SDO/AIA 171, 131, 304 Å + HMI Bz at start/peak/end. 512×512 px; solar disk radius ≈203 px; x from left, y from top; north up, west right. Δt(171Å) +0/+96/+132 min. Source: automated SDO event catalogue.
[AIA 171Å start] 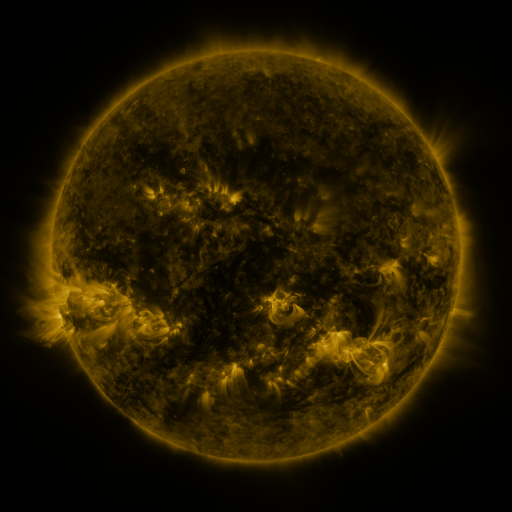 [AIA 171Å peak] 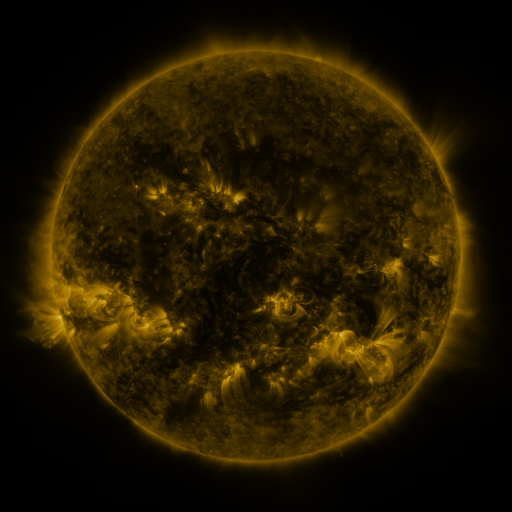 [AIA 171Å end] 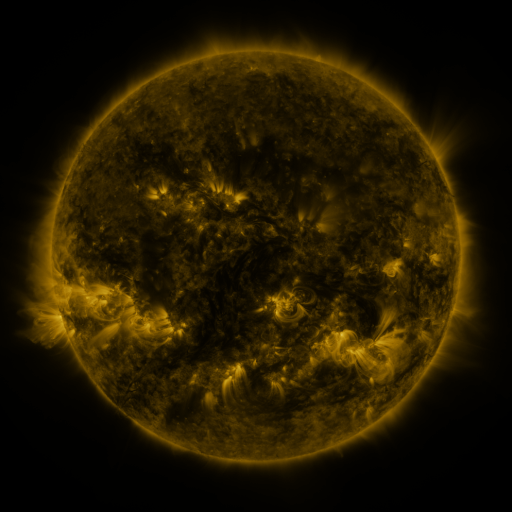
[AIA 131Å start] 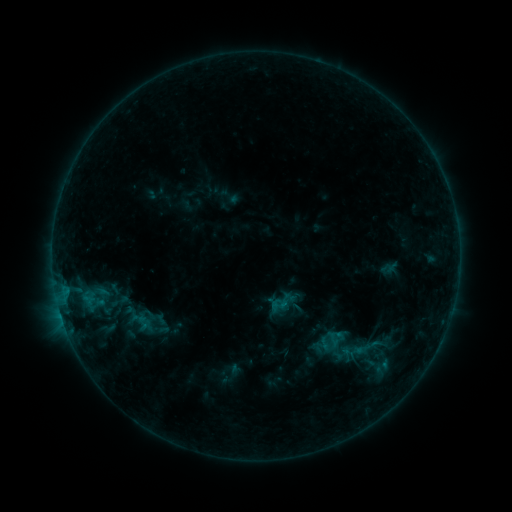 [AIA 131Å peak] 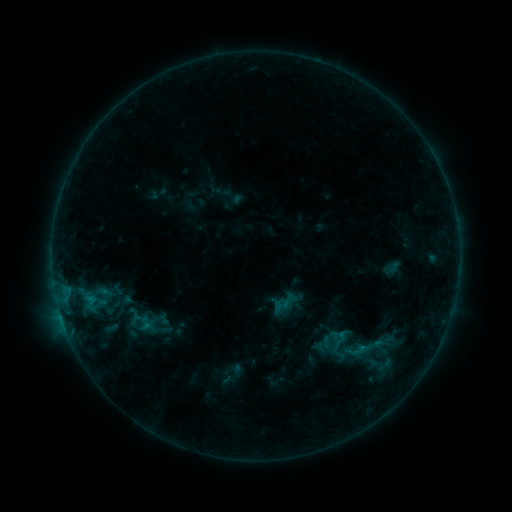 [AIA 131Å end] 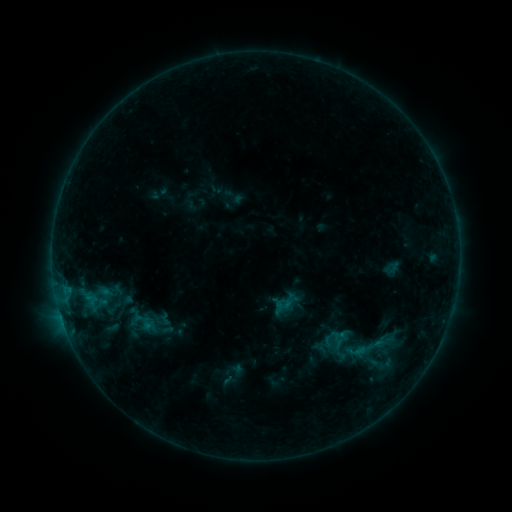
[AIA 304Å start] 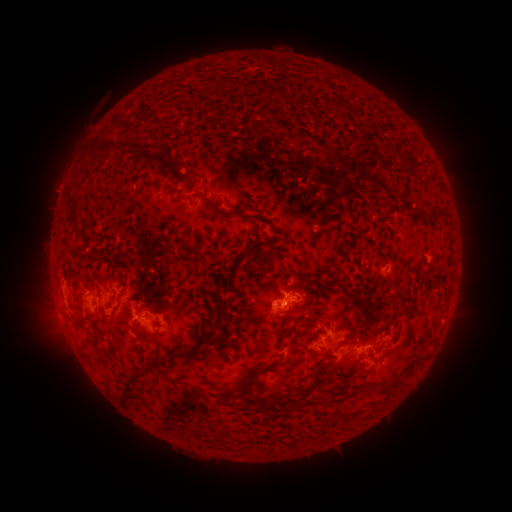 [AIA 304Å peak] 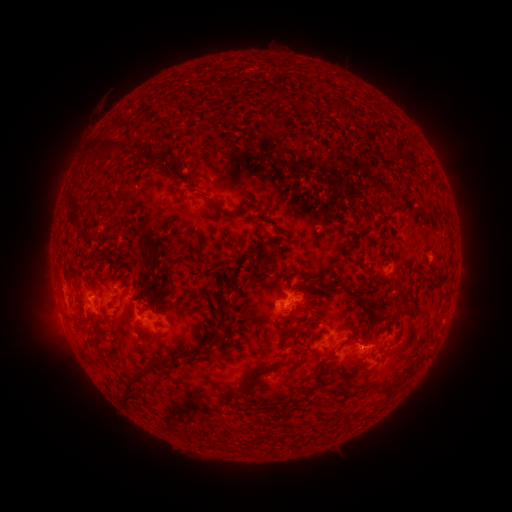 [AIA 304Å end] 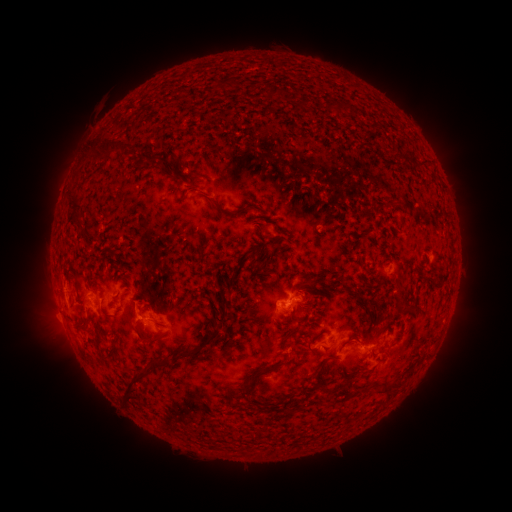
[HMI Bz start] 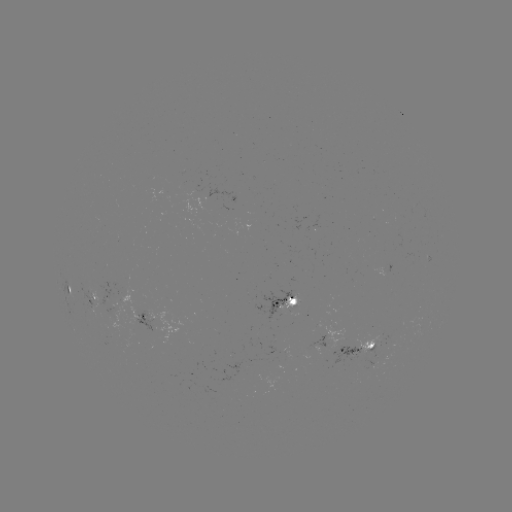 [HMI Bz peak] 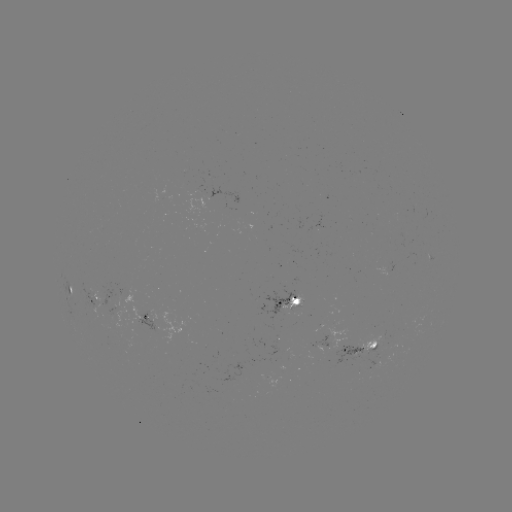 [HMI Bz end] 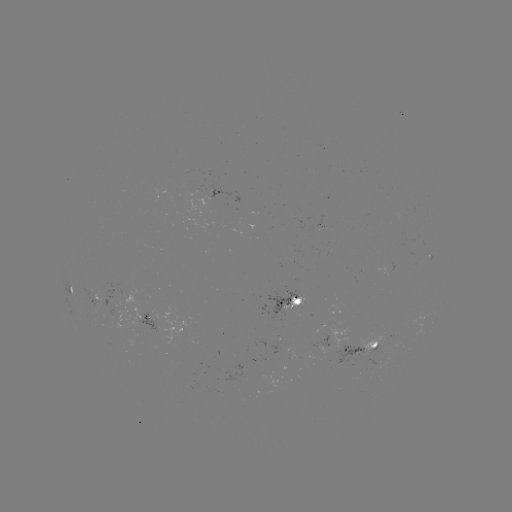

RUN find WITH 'emerging-flux region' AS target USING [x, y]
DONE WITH [214, 195] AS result